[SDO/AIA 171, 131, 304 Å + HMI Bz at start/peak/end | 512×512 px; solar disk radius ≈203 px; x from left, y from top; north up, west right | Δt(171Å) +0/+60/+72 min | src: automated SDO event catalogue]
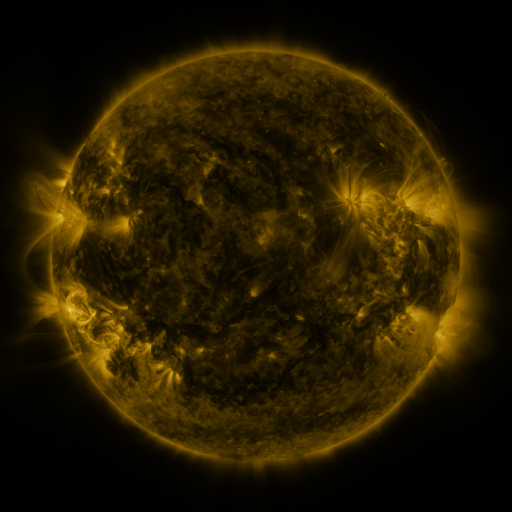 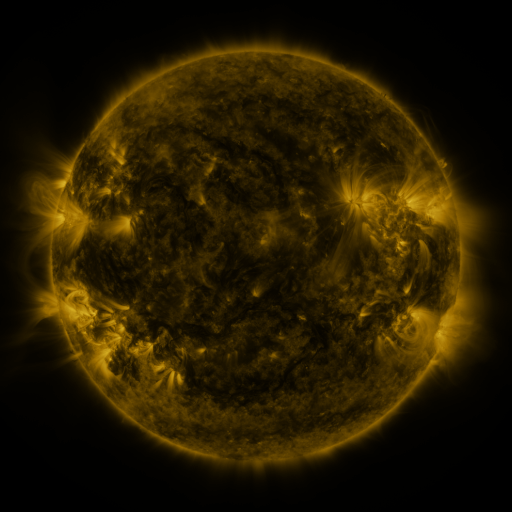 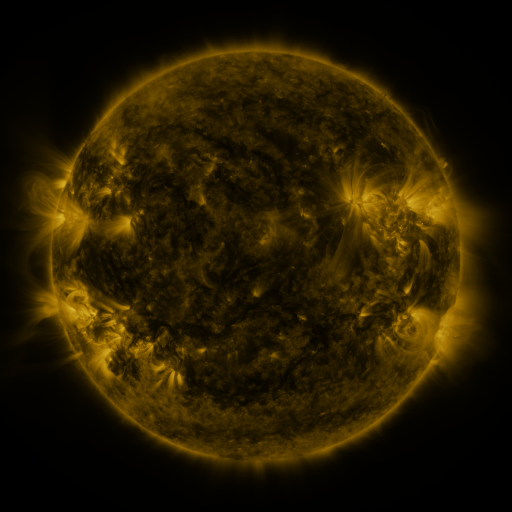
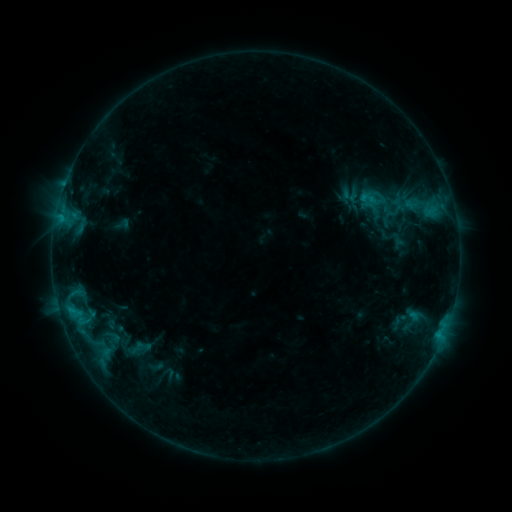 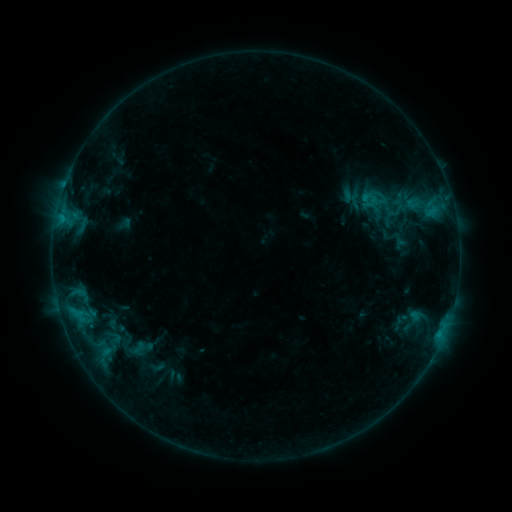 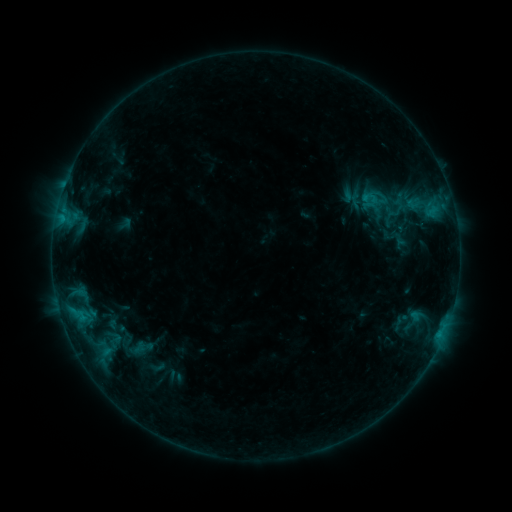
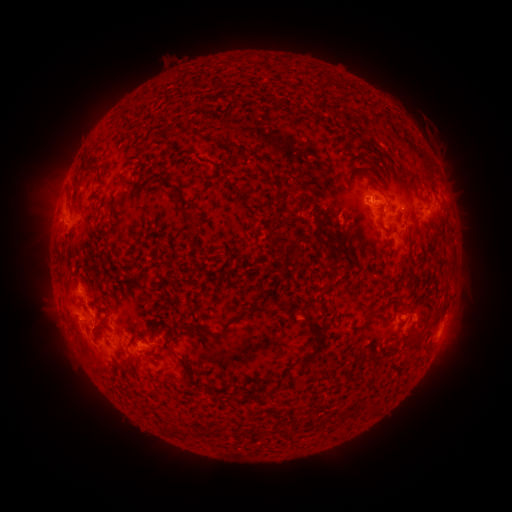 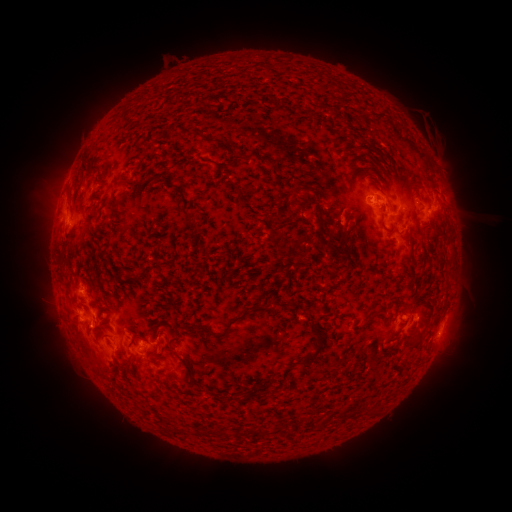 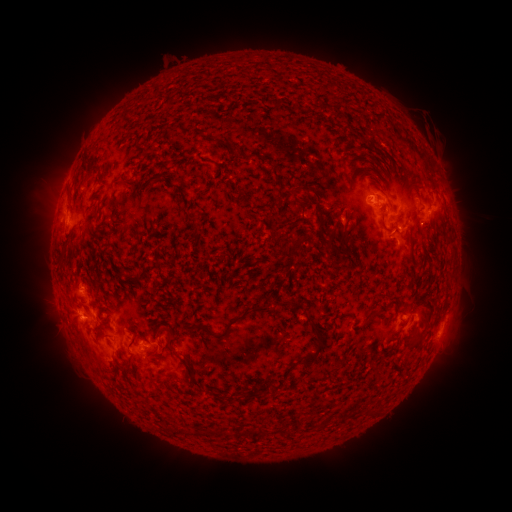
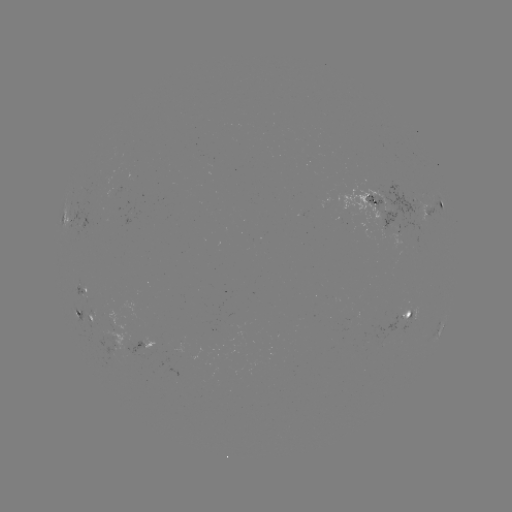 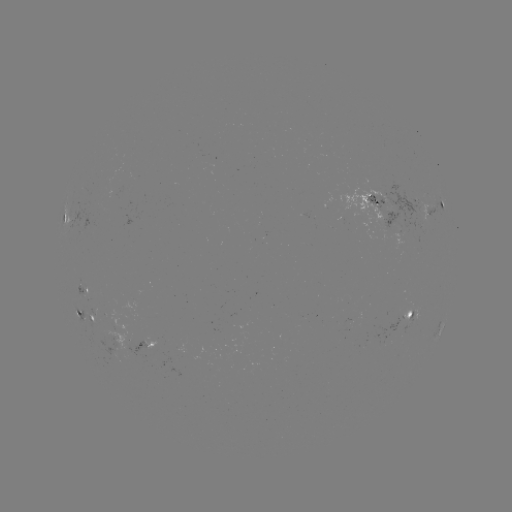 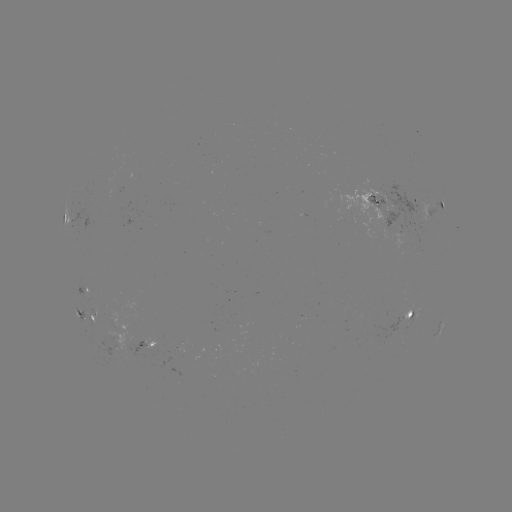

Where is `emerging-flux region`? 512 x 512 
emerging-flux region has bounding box [413, 306, 420, 321].